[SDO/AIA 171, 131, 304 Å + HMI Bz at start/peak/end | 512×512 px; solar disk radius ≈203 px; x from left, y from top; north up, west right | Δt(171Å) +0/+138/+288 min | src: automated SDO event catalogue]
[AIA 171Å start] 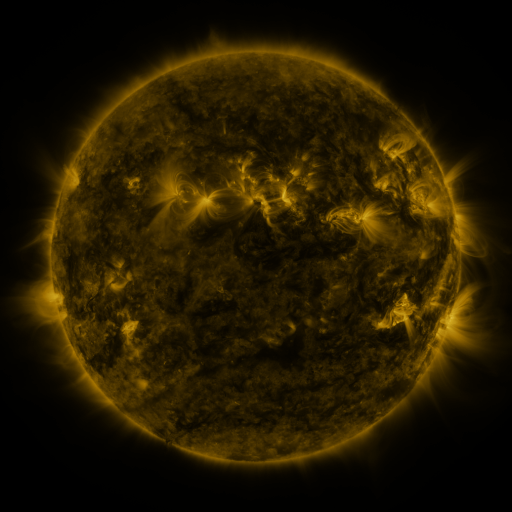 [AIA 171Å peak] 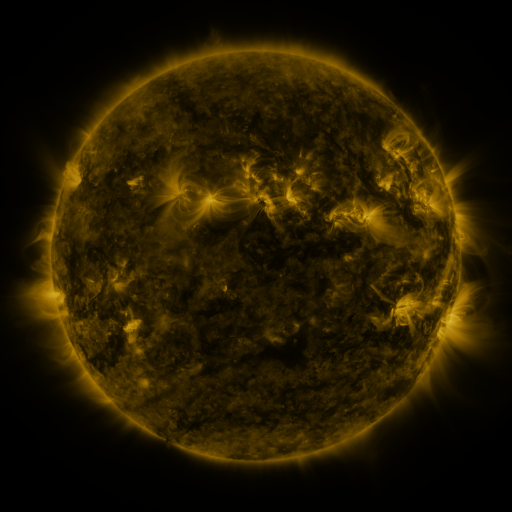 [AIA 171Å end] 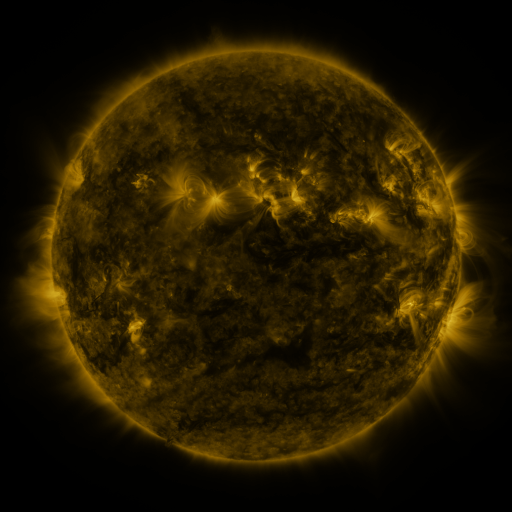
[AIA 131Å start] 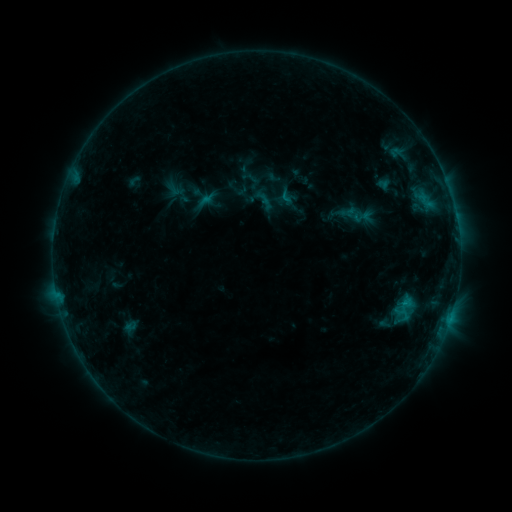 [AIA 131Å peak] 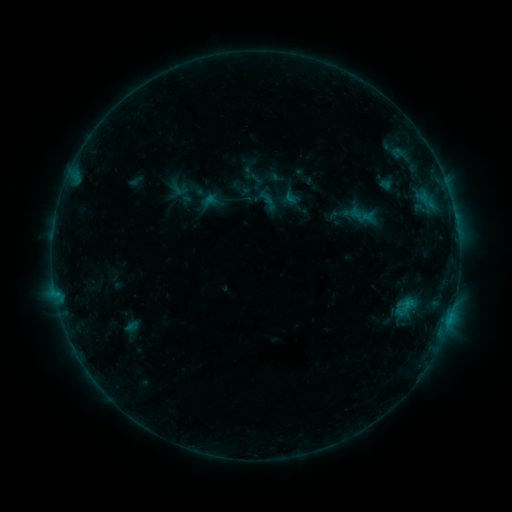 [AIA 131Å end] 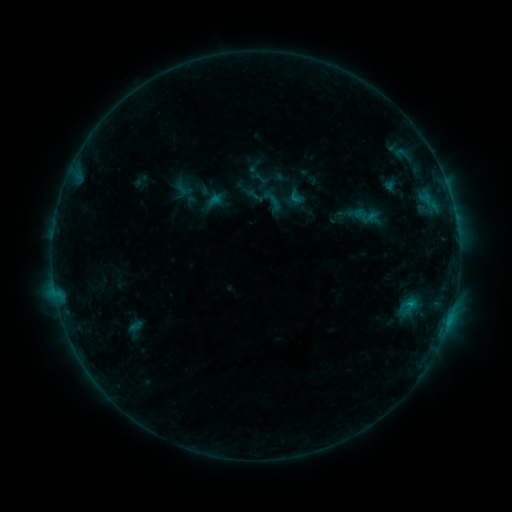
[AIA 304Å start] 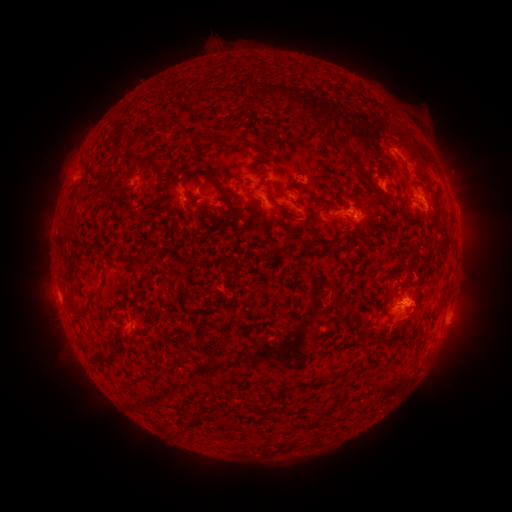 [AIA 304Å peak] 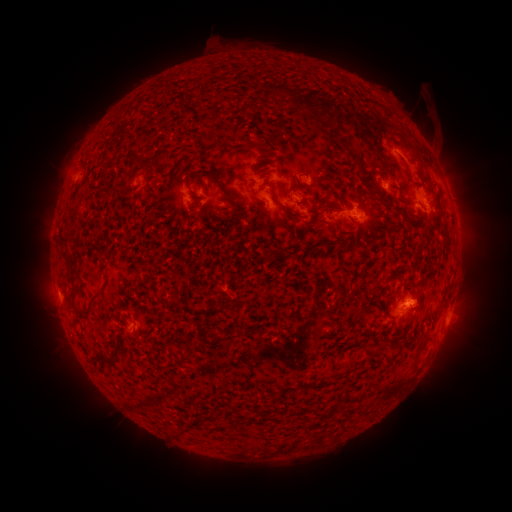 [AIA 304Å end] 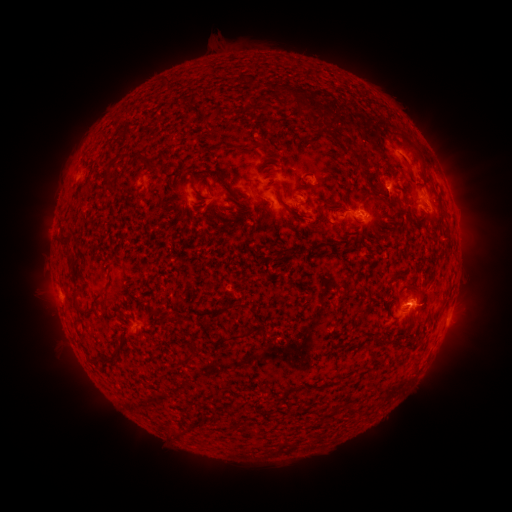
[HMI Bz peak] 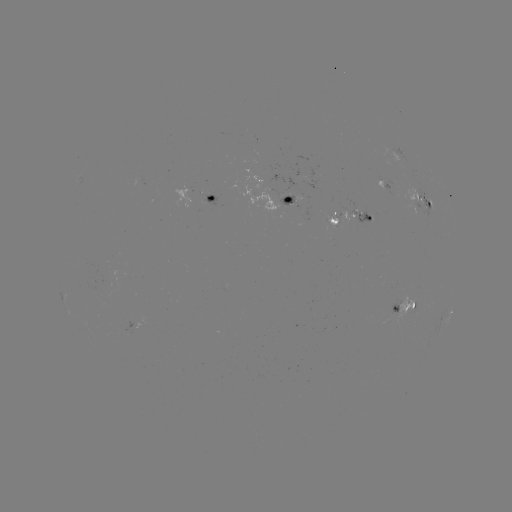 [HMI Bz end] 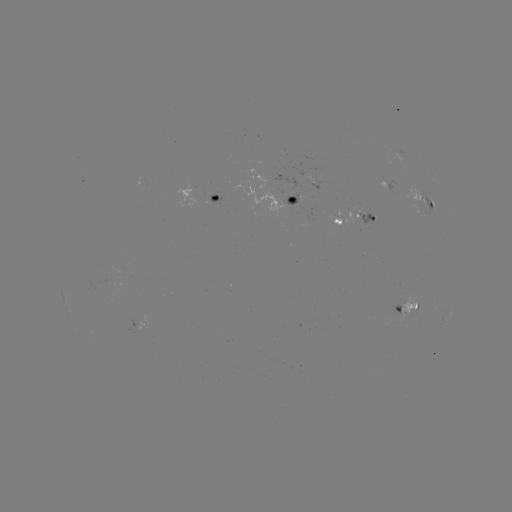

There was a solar filament eruption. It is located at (430, 102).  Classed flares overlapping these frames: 2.